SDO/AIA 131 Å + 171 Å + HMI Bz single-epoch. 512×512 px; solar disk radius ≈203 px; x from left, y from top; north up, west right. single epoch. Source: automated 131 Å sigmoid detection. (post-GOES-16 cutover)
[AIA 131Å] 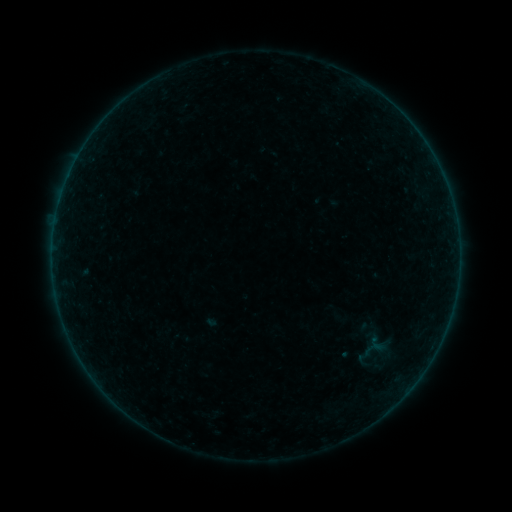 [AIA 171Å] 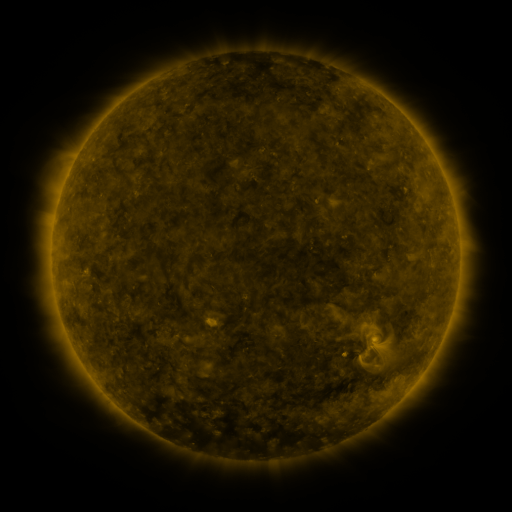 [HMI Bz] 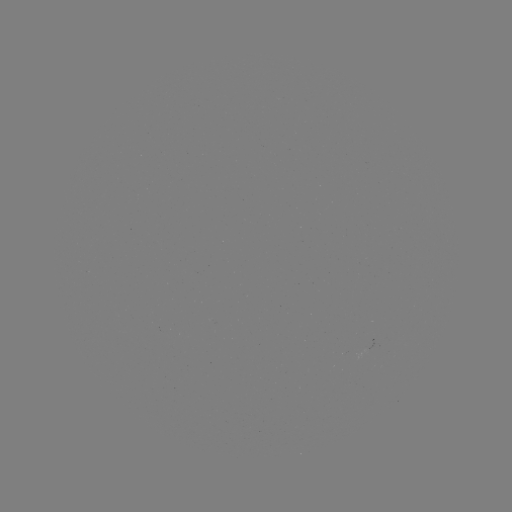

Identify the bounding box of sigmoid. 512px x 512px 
[368, 354, 385, 373].